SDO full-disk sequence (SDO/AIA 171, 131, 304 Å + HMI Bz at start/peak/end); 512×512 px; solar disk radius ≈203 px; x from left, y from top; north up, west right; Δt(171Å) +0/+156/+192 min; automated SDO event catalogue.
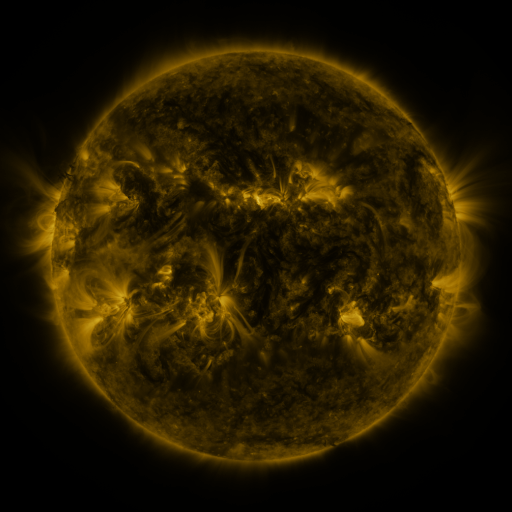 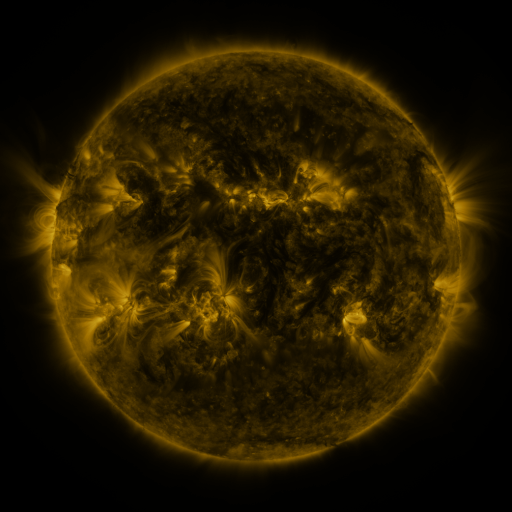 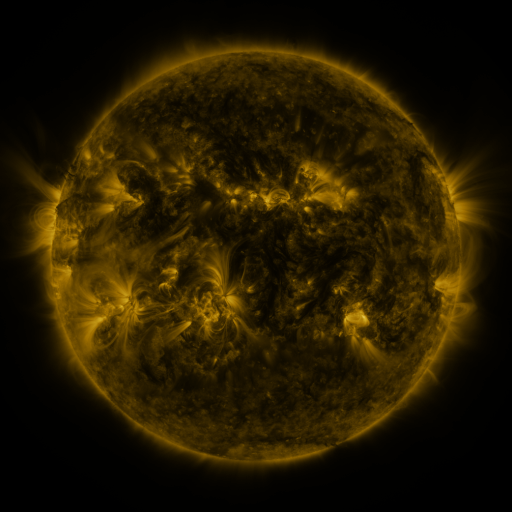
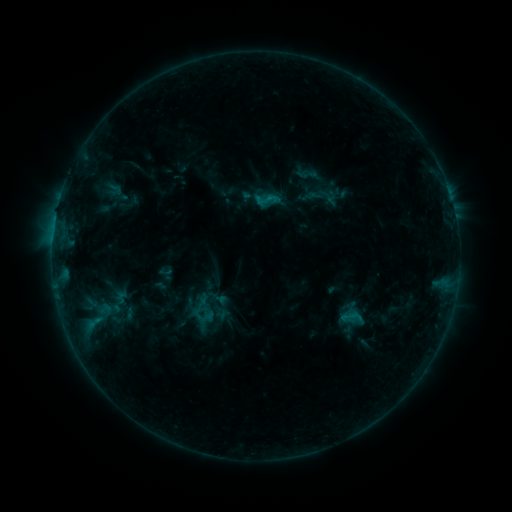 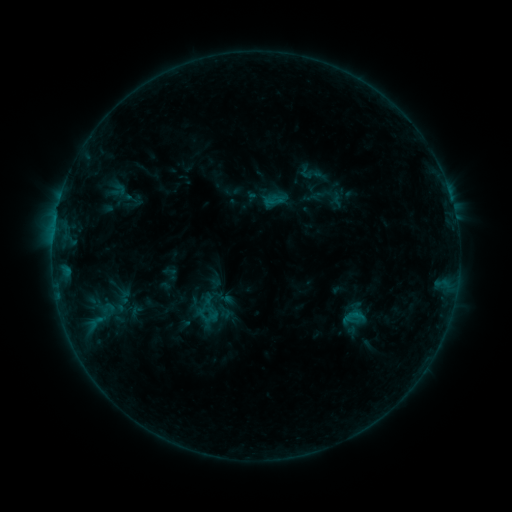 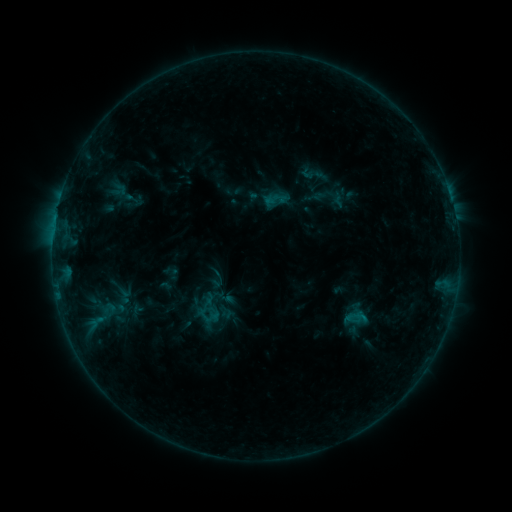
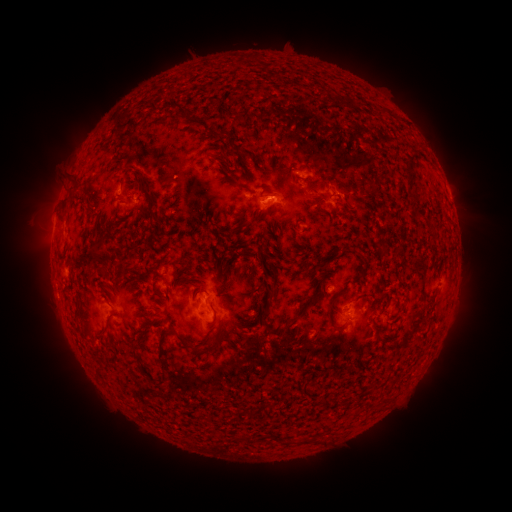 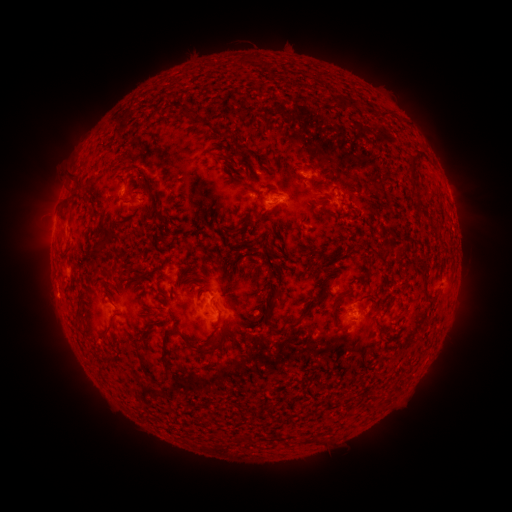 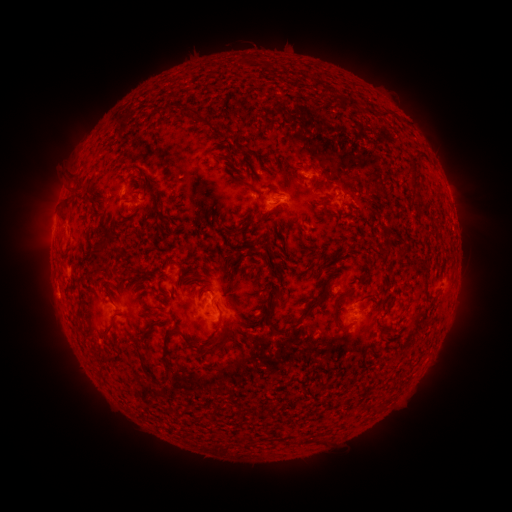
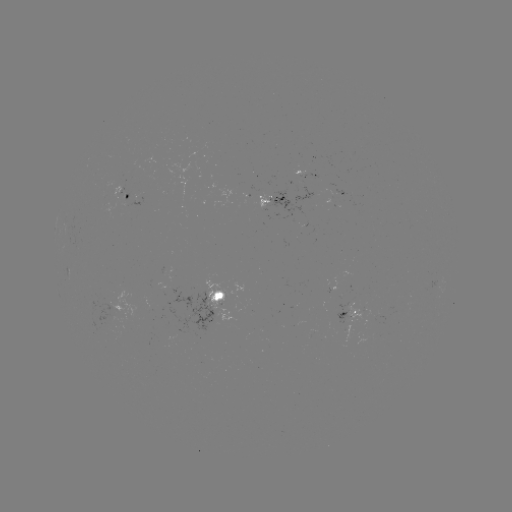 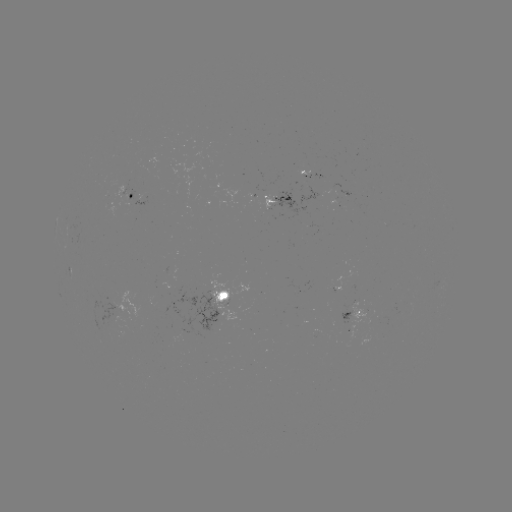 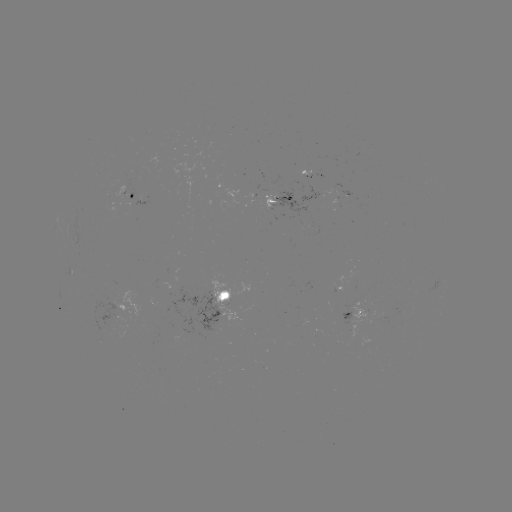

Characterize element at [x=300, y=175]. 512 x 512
emerging-flux region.